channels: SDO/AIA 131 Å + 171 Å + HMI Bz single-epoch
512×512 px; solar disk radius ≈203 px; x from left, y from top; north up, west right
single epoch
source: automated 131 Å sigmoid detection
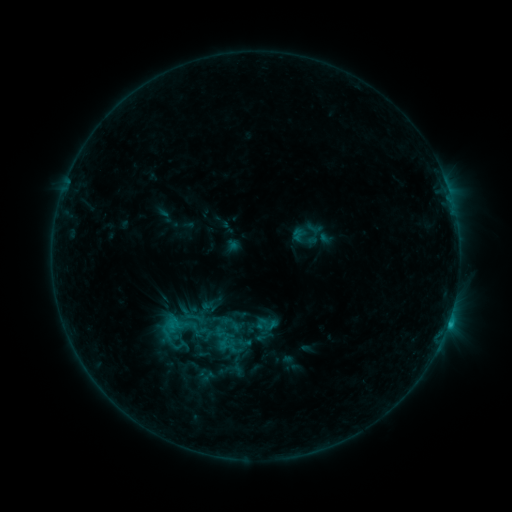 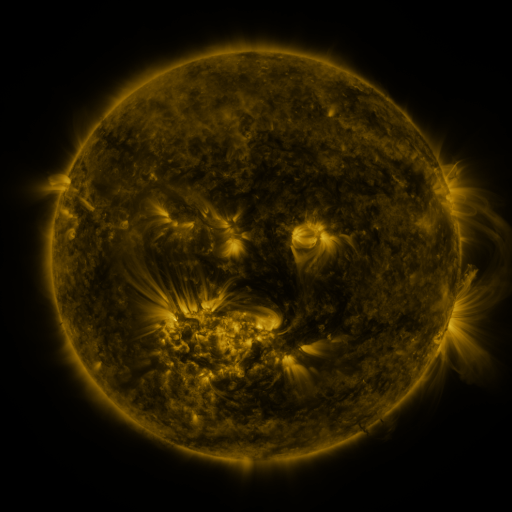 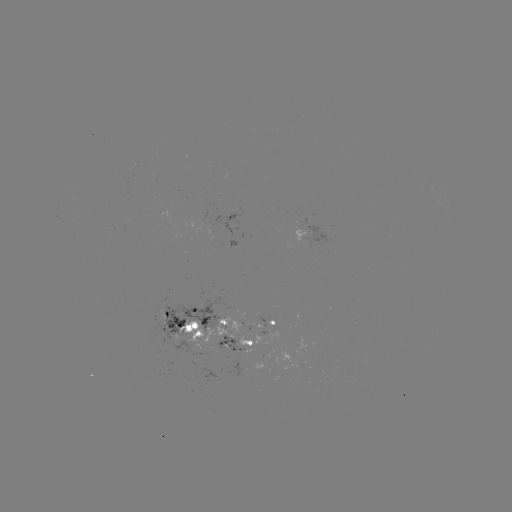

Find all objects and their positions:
sigmoid: (194, 318)
sigmoid: (173, 337)
